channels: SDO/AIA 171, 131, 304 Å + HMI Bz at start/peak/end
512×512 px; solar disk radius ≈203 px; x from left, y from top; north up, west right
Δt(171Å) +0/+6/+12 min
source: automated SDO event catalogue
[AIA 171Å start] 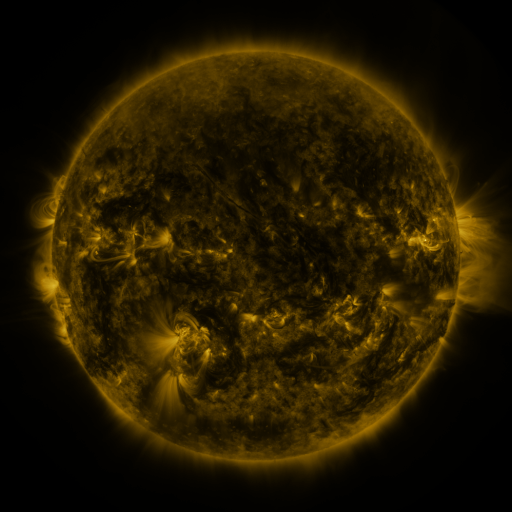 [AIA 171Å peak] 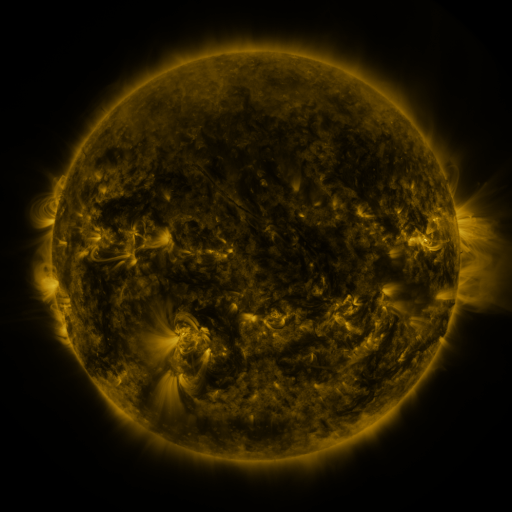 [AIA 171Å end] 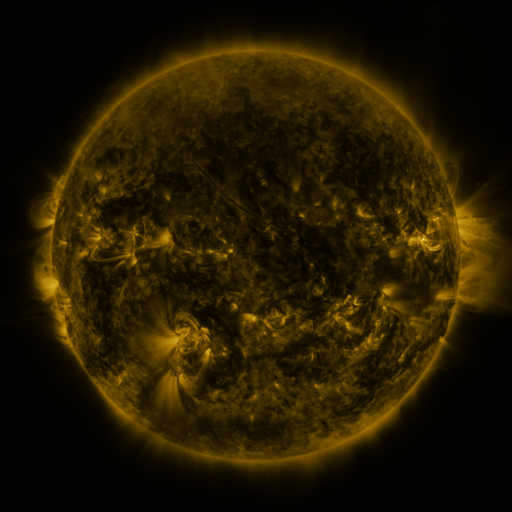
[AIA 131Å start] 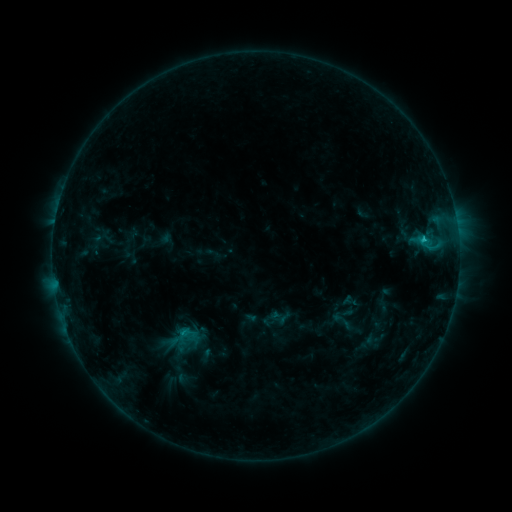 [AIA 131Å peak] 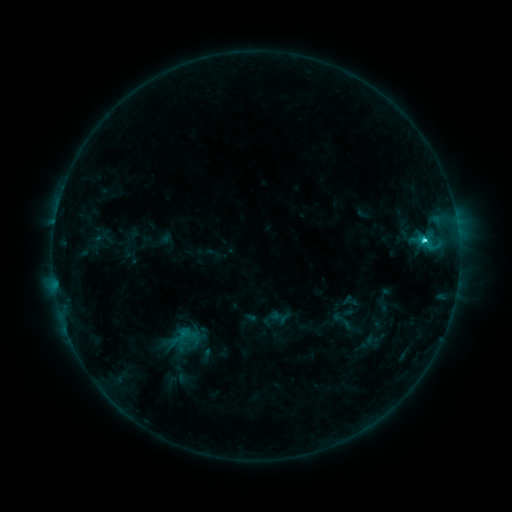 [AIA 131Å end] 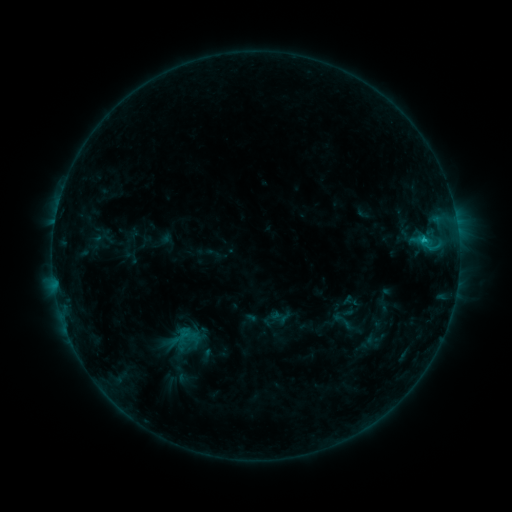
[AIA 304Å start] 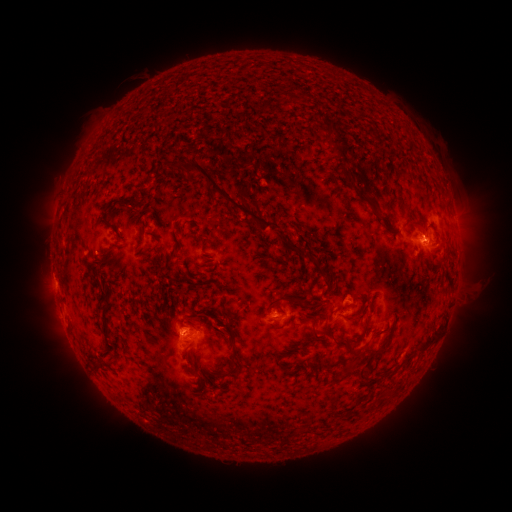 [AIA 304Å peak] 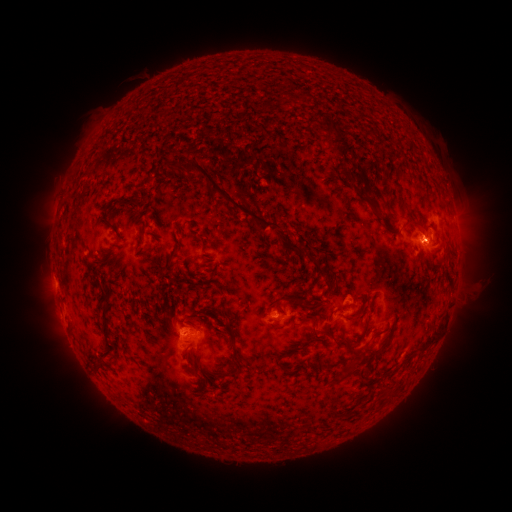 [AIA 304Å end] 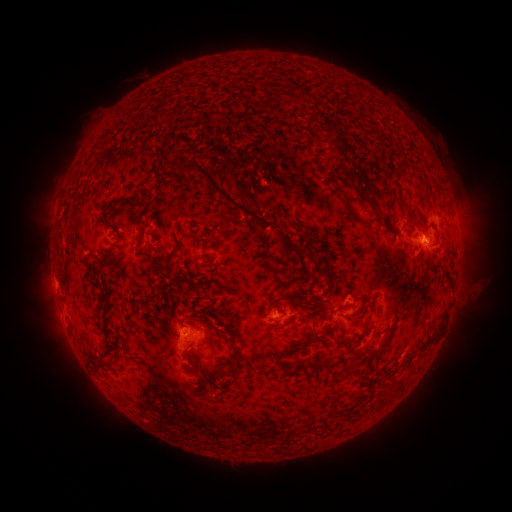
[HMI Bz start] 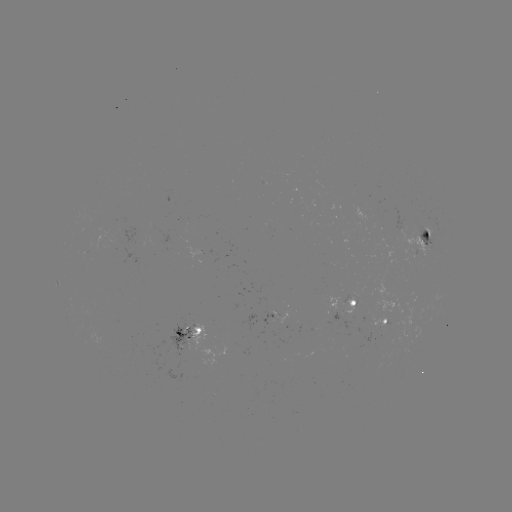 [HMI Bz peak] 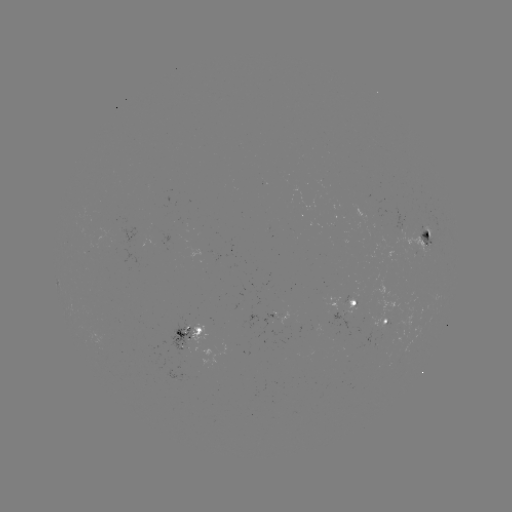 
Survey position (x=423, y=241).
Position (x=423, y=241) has C2.1 flare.